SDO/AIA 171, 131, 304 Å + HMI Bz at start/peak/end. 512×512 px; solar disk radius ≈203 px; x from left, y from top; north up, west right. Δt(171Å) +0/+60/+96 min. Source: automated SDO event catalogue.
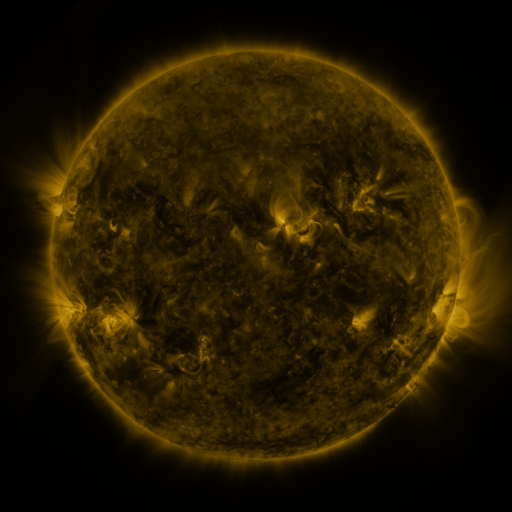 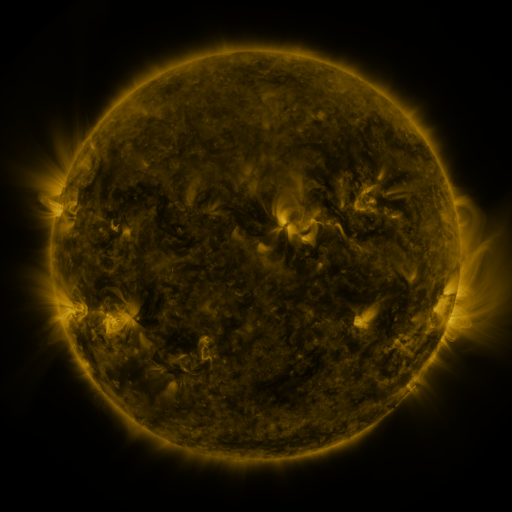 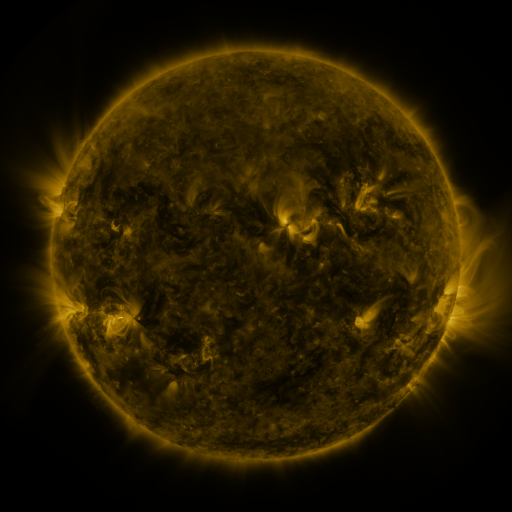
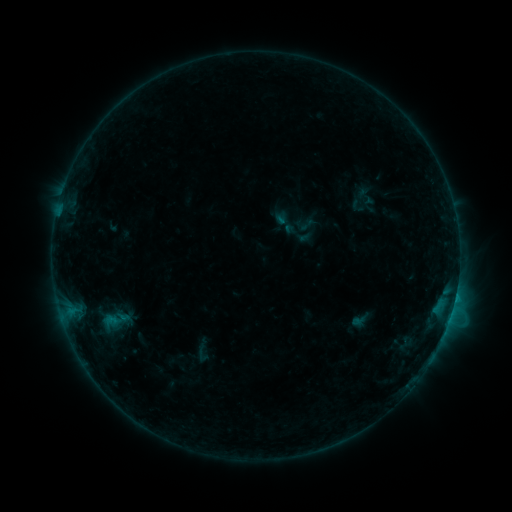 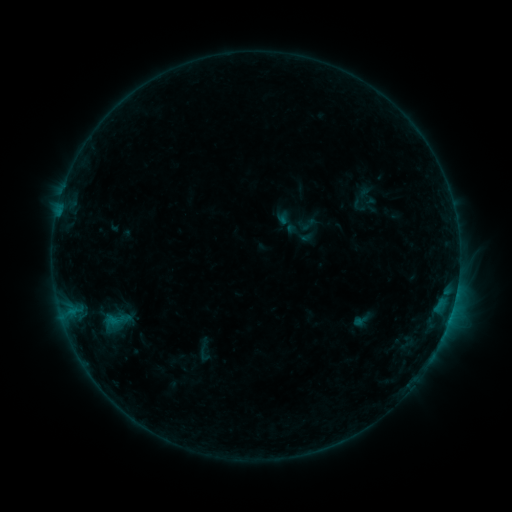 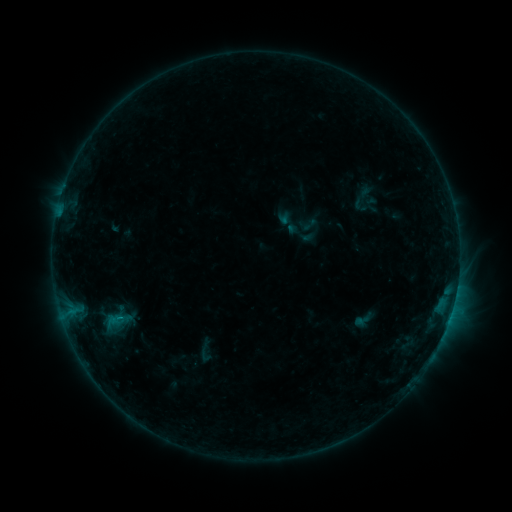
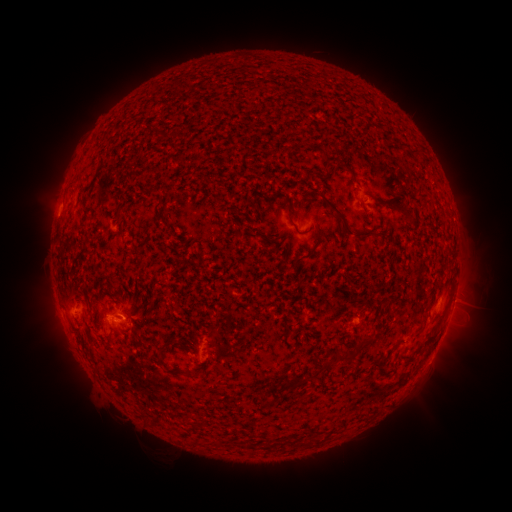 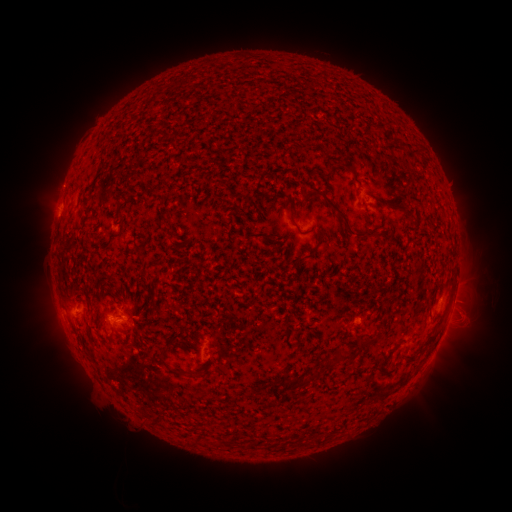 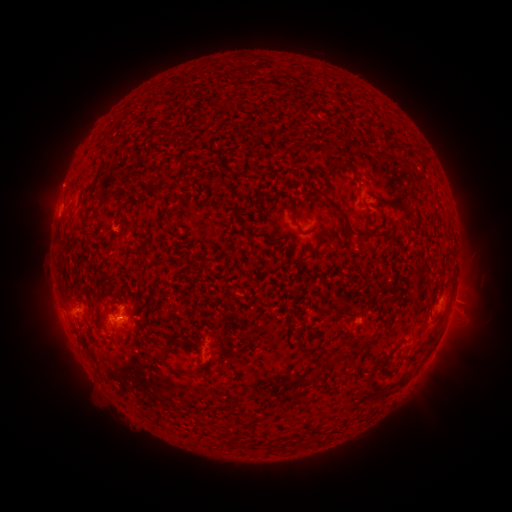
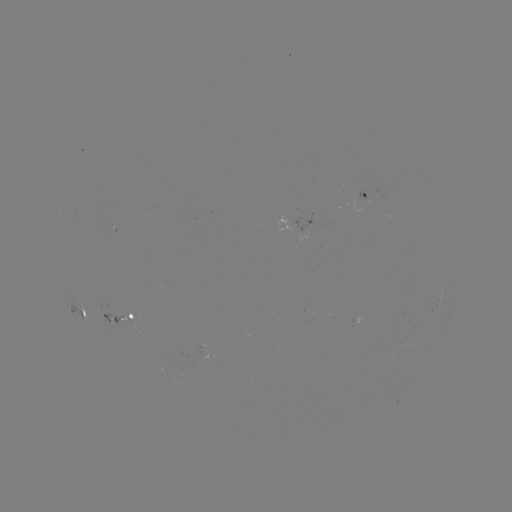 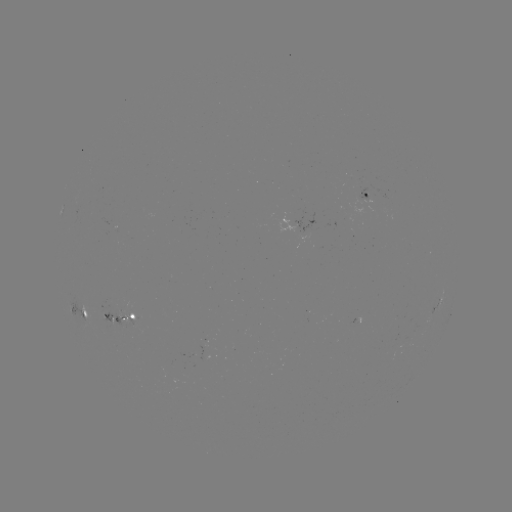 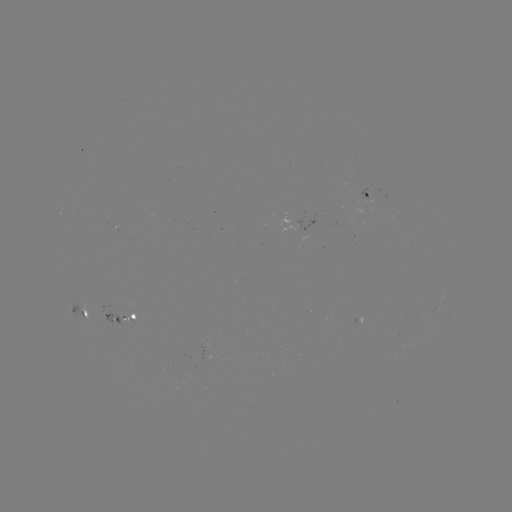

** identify emerging-flux region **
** [108, 317] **